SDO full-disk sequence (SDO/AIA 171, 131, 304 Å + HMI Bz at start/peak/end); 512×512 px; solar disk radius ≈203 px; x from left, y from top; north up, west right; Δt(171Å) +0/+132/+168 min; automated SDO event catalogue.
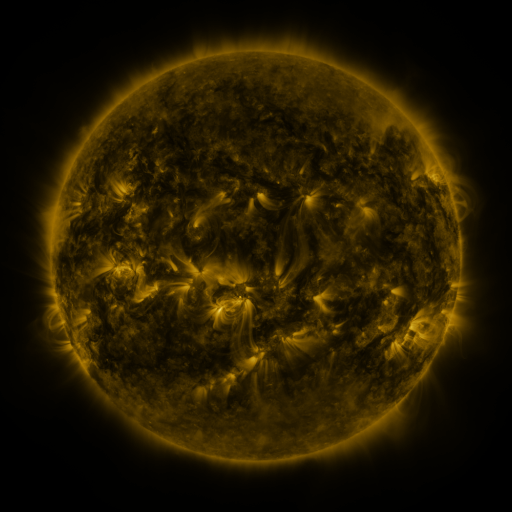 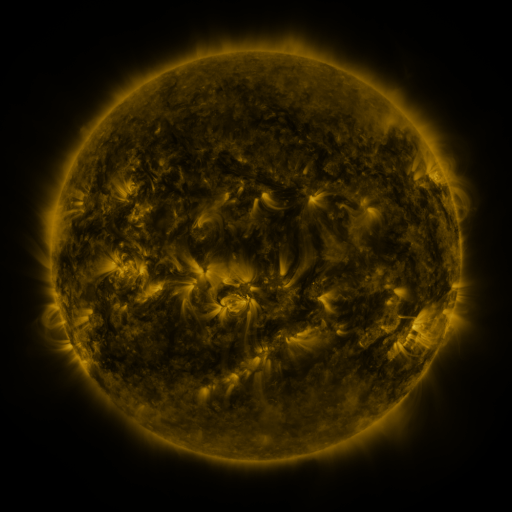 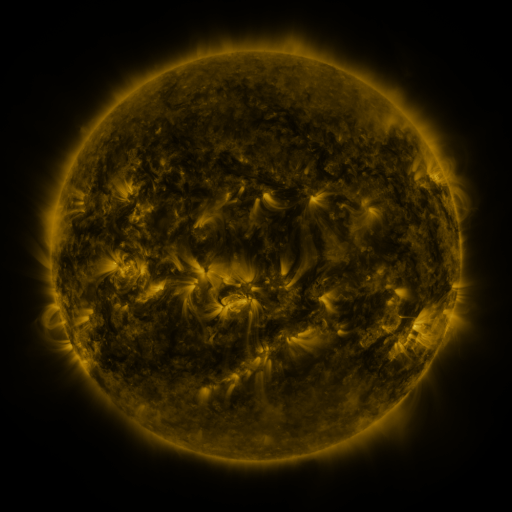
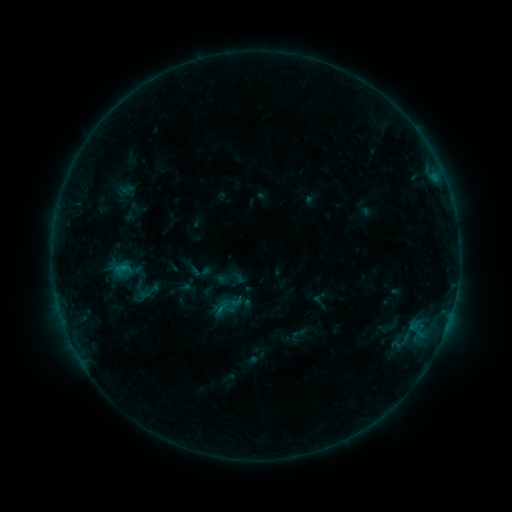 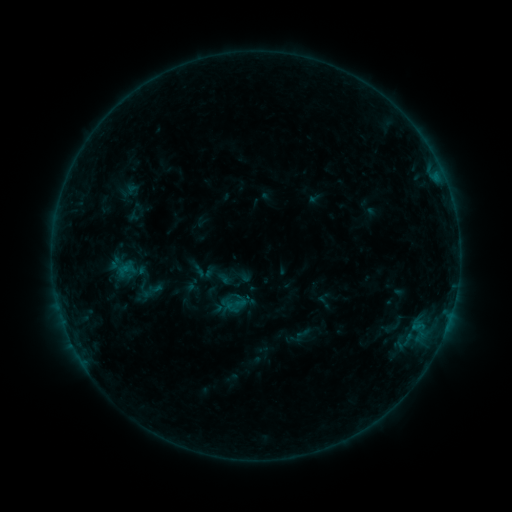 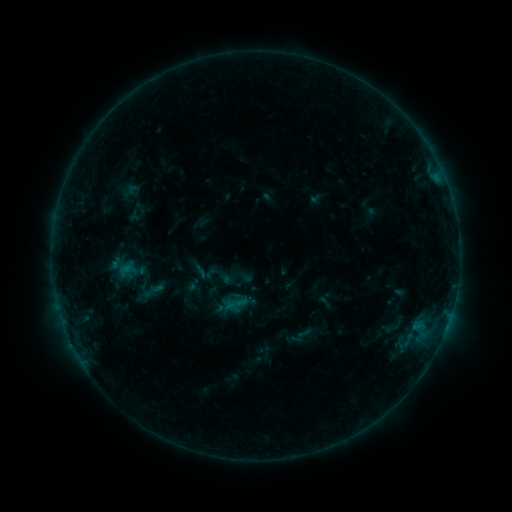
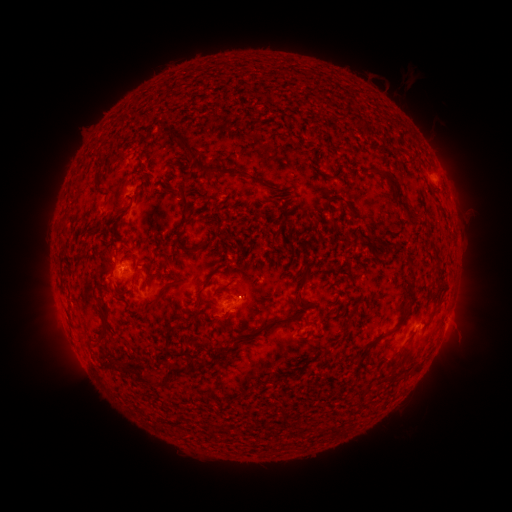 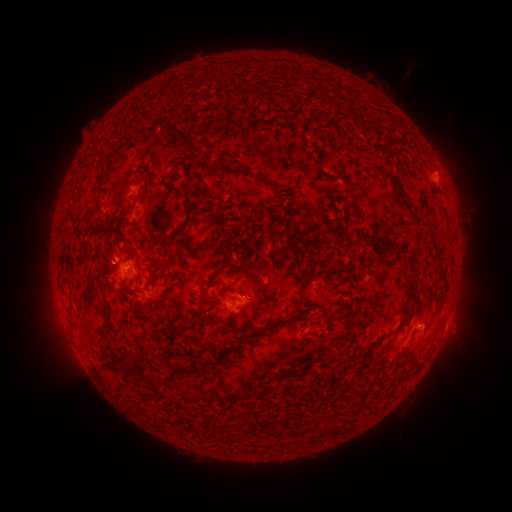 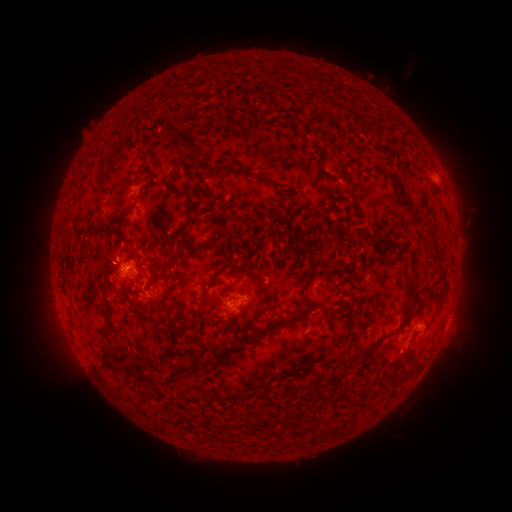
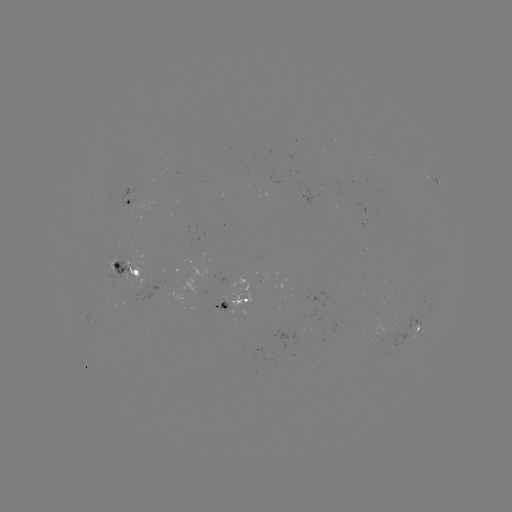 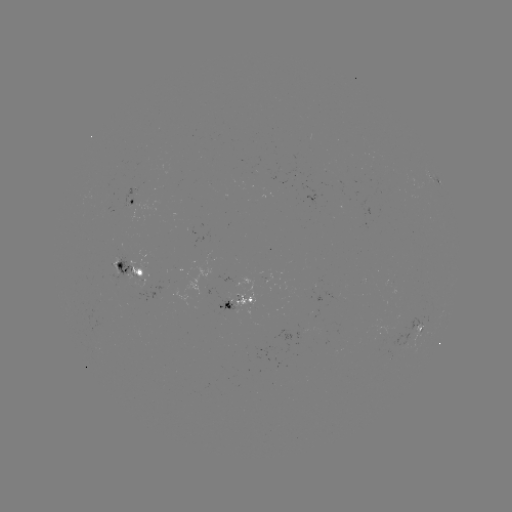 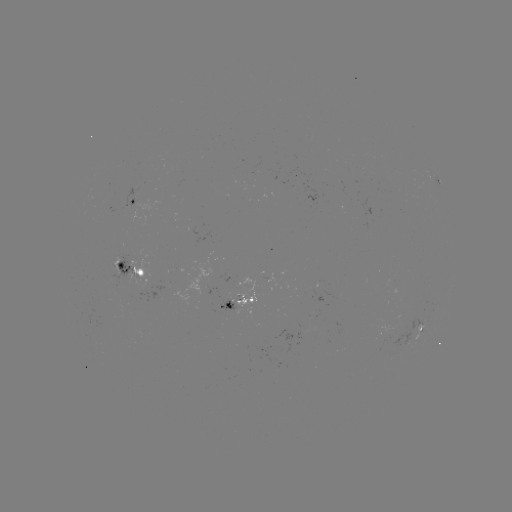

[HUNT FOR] emerging-flux region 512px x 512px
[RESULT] (228, 303)